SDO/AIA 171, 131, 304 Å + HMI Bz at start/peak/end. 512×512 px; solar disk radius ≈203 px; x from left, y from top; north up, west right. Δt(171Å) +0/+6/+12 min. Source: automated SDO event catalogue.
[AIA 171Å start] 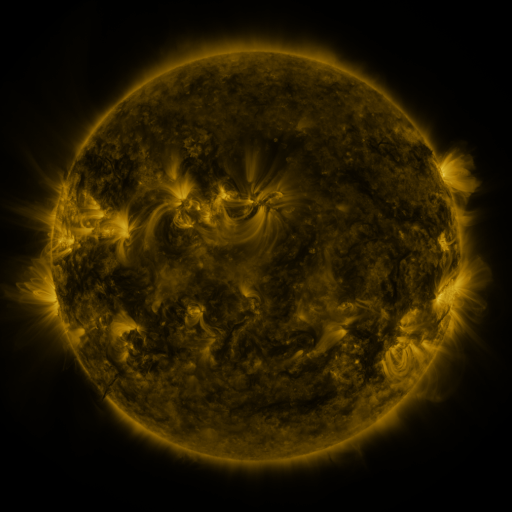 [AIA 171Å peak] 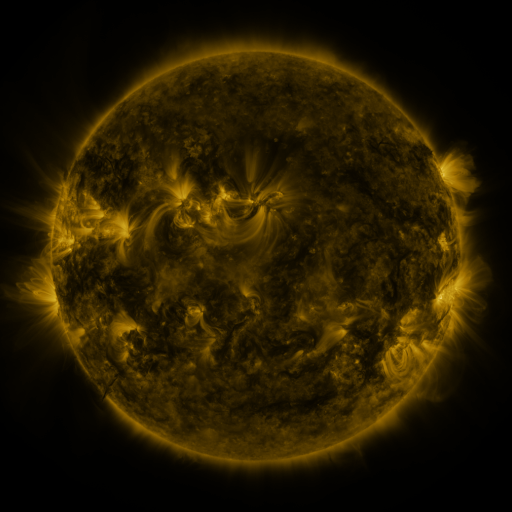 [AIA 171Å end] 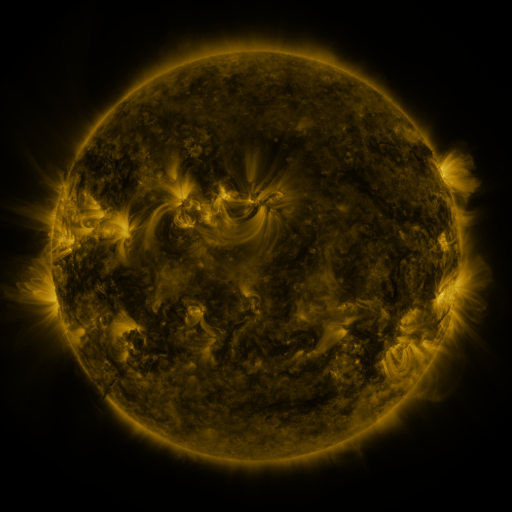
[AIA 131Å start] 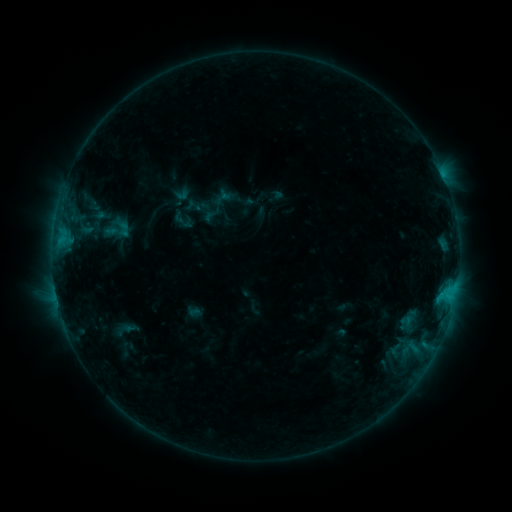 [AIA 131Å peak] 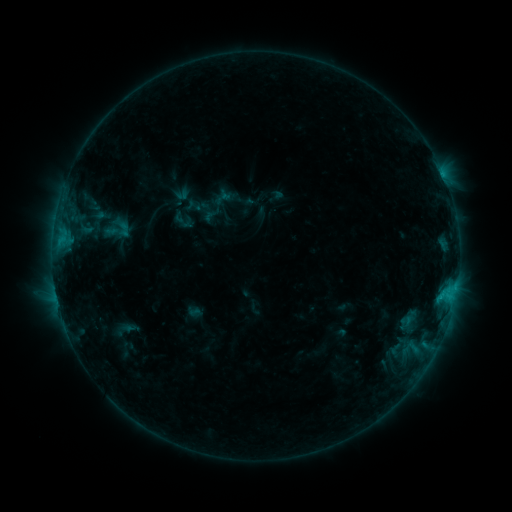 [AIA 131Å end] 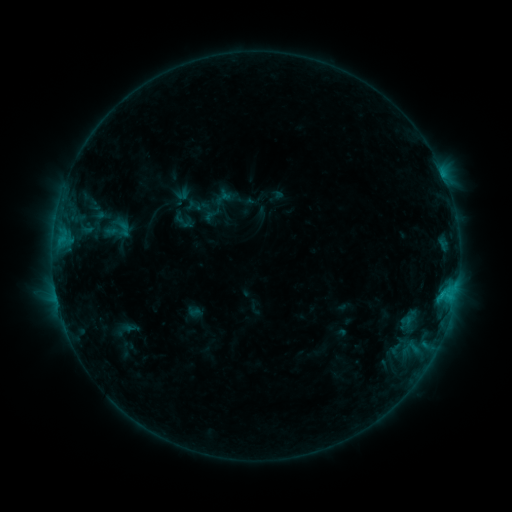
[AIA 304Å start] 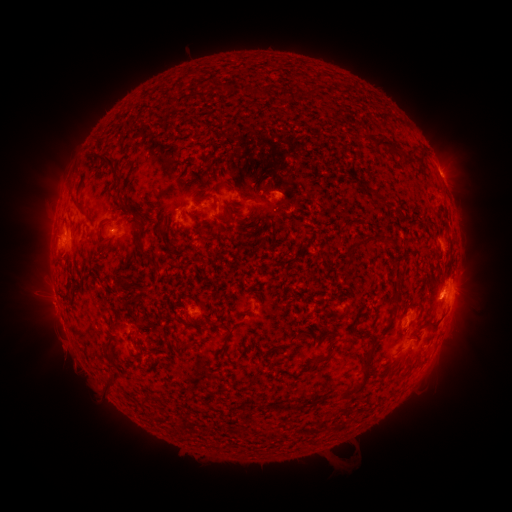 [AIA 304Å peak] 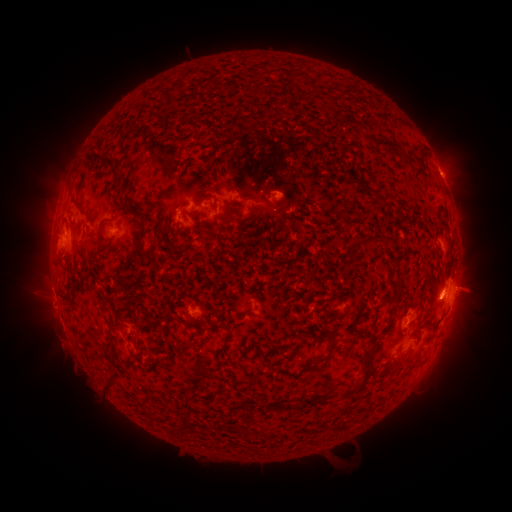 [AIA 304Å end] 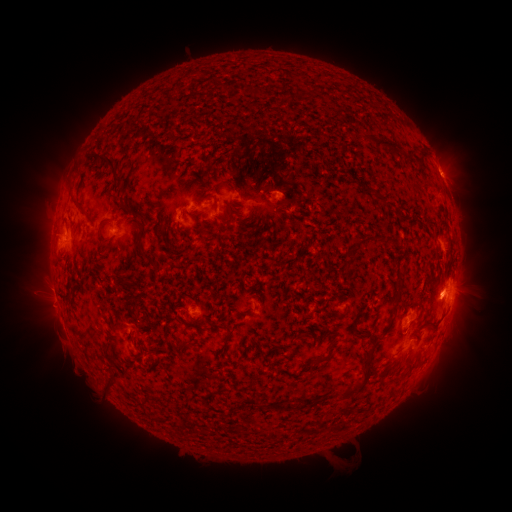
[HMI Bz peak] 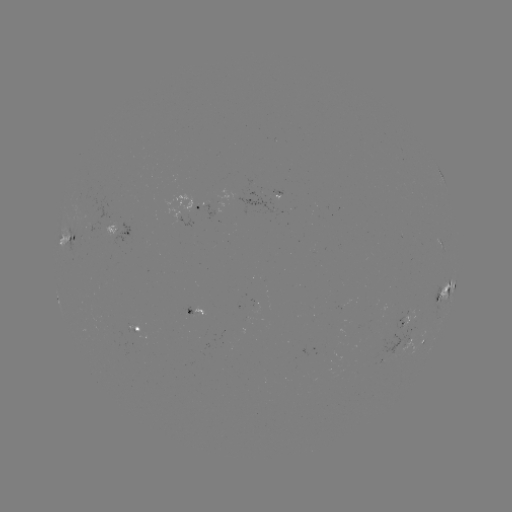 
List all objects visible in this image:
eruption: (473, 285)
